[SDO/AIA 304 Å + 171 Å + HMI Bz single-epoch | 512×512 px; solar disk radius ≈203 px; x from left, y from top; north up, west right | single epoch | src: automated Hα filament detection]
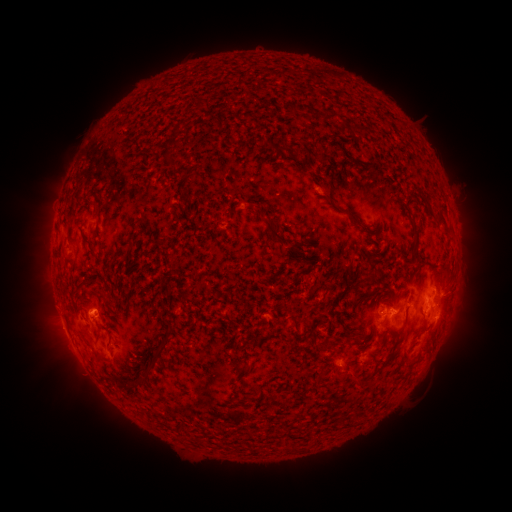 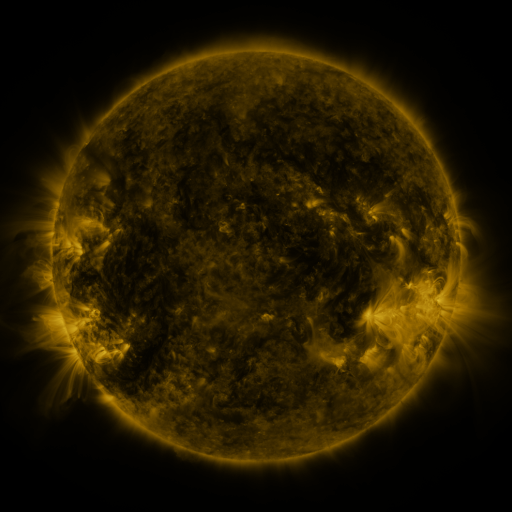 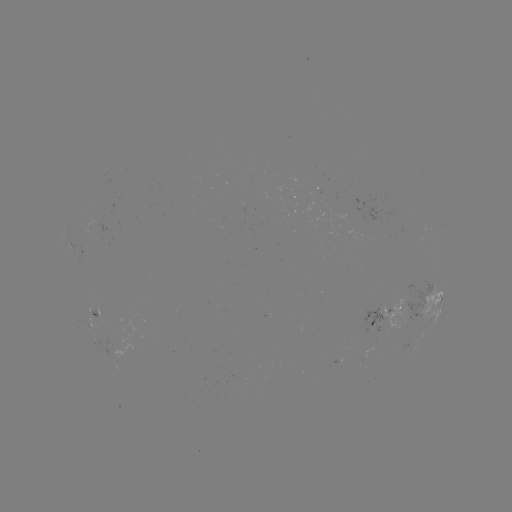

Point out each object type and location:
filament: [324, 112, 341, 122]
filament: [351, 125, 369, 135]
filament: [289, 147, 298, 157]
filament: [169, 160, 180, 172]
filament: [94, 203, 100, 217]
filament: [339, 209, 364, 227]
filament: [435, 213, 453, 236]
filament: [268, 225, 282, 240]
filament: [410, 226, 419, 239]
filament: [291, 239, 305, 249]
filament: [78, 328, 87, 339]
filament: [158, 337, 168, 351]
filament: [347, 374, 358, 384]
